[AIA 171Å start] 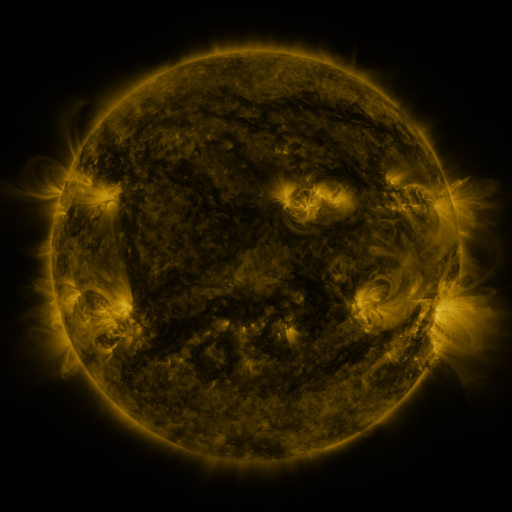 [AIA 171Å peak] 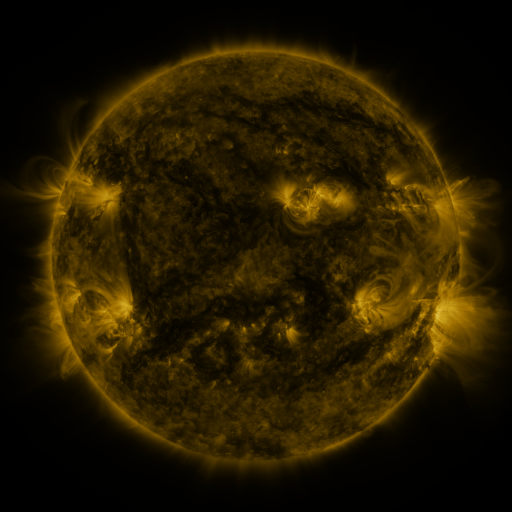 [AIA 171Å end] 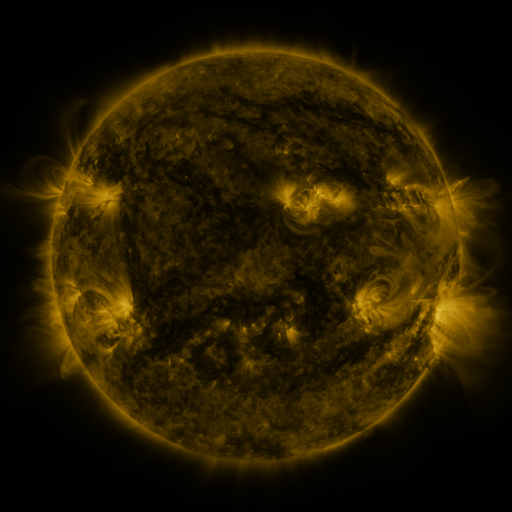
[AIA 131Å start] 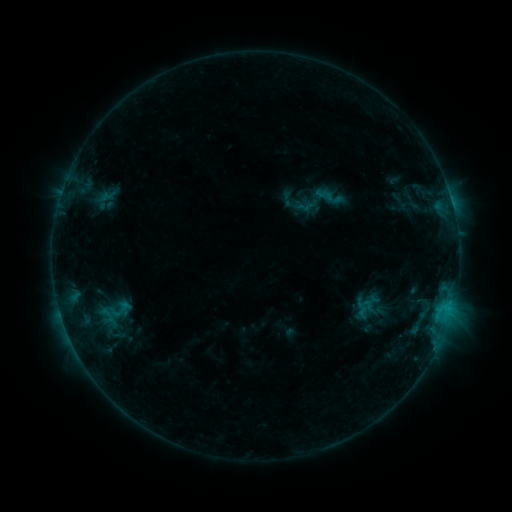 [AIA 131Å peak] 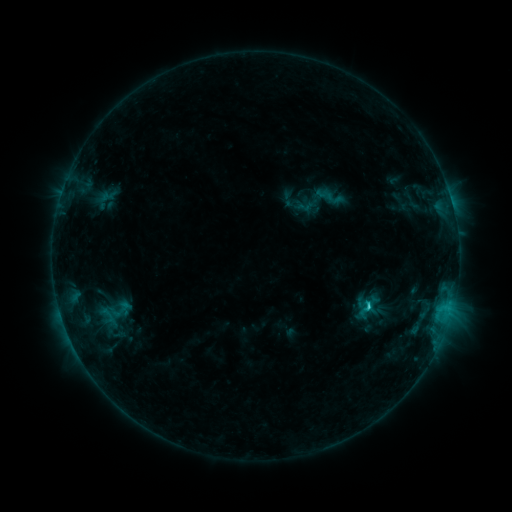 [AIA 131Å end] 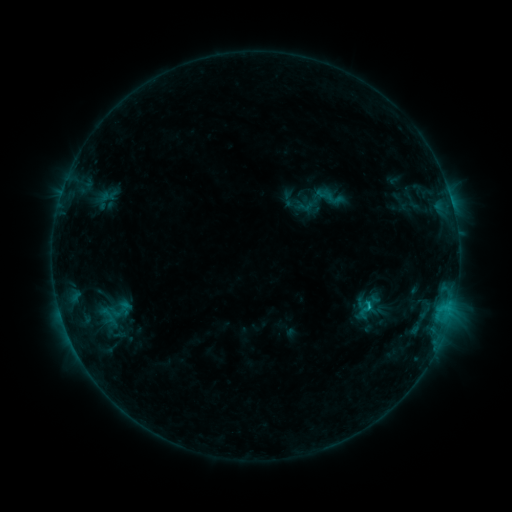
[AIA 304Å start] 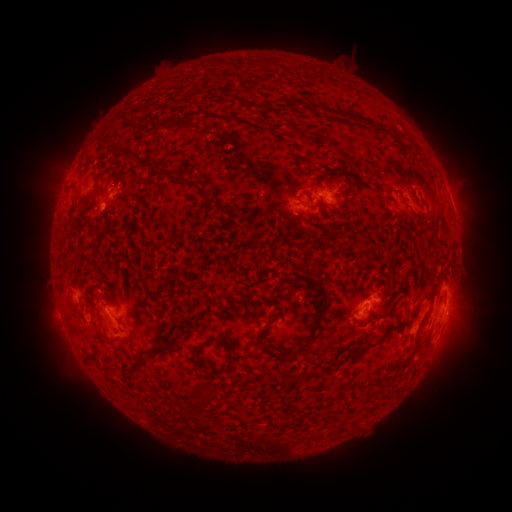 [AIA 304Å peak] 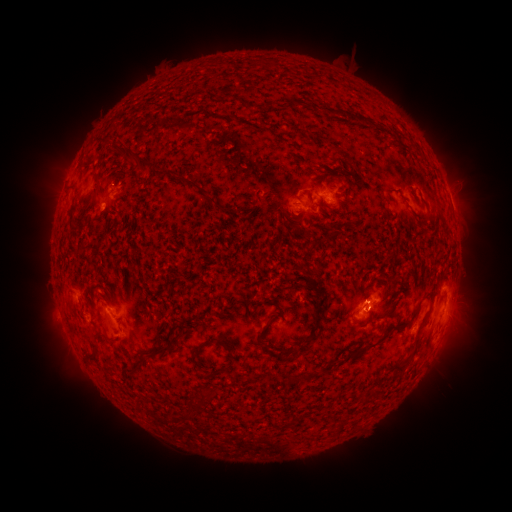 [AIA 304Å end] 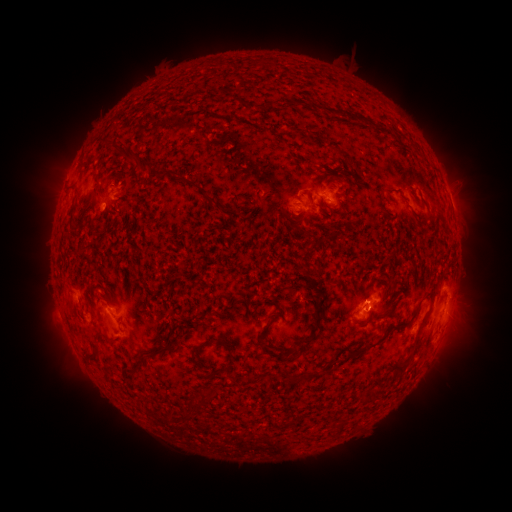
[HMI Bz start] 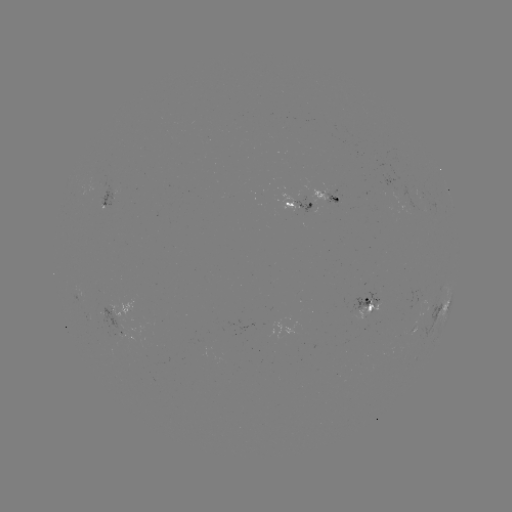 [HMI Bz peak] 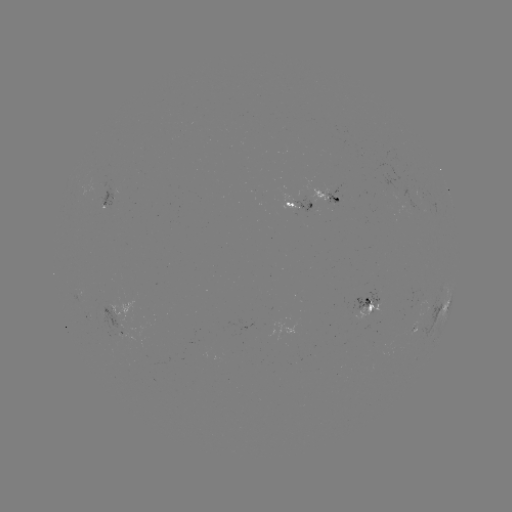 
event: flare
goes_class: C1.2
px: (367, 306)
